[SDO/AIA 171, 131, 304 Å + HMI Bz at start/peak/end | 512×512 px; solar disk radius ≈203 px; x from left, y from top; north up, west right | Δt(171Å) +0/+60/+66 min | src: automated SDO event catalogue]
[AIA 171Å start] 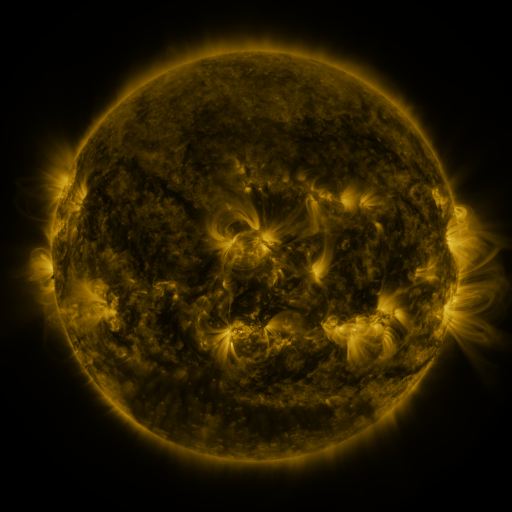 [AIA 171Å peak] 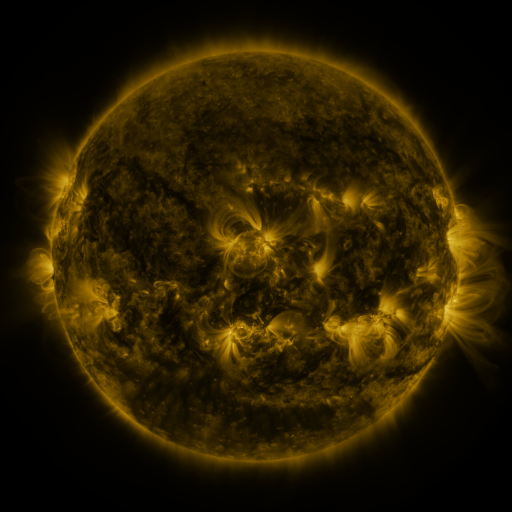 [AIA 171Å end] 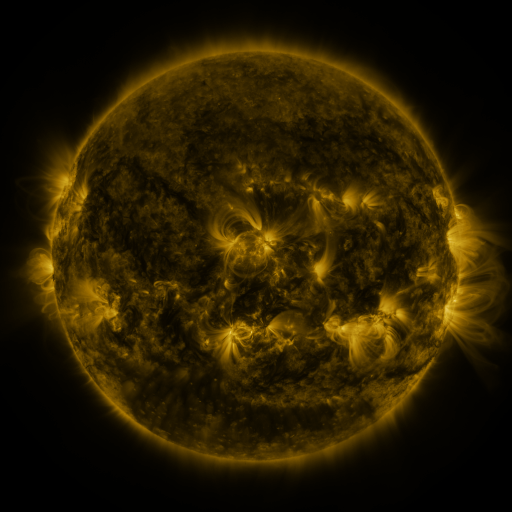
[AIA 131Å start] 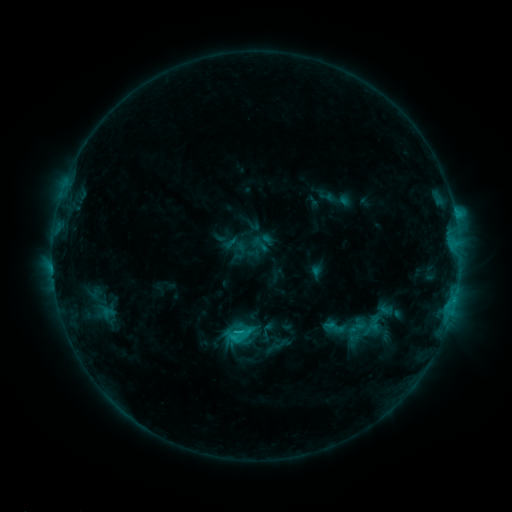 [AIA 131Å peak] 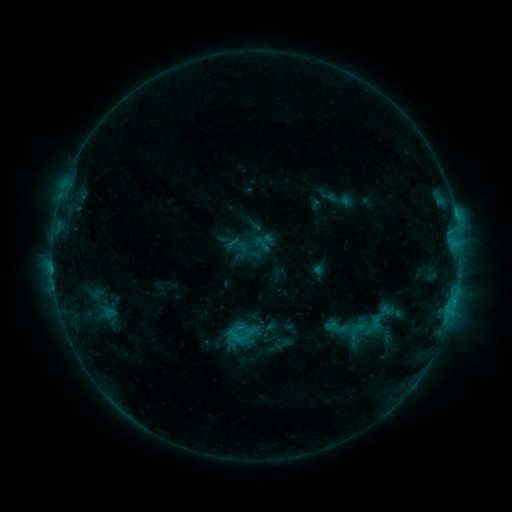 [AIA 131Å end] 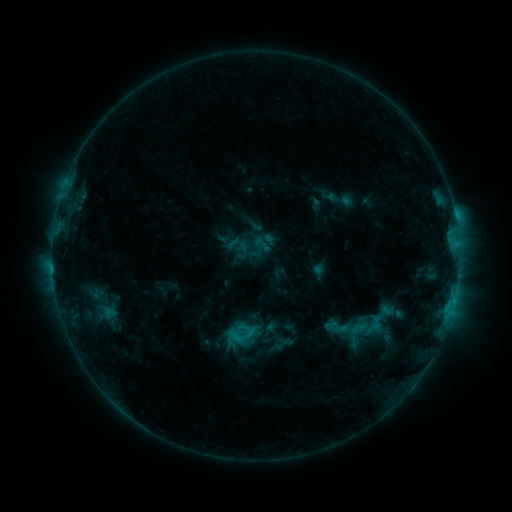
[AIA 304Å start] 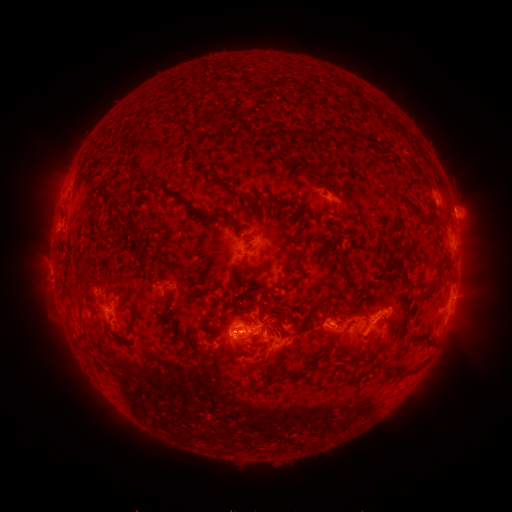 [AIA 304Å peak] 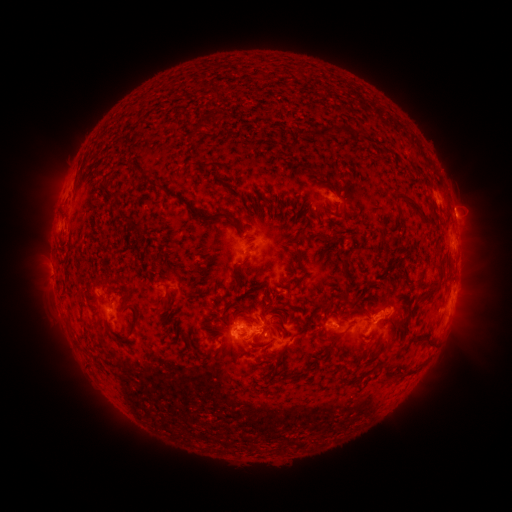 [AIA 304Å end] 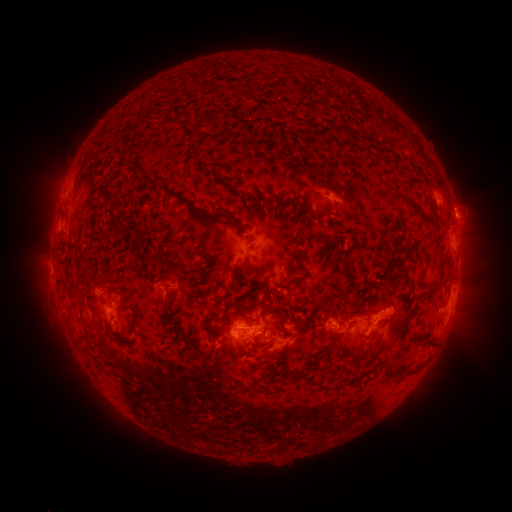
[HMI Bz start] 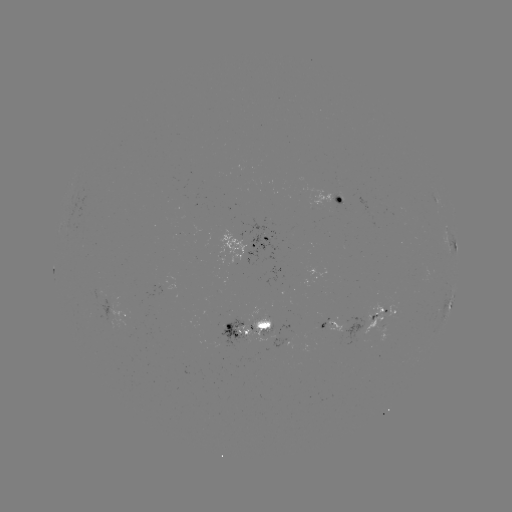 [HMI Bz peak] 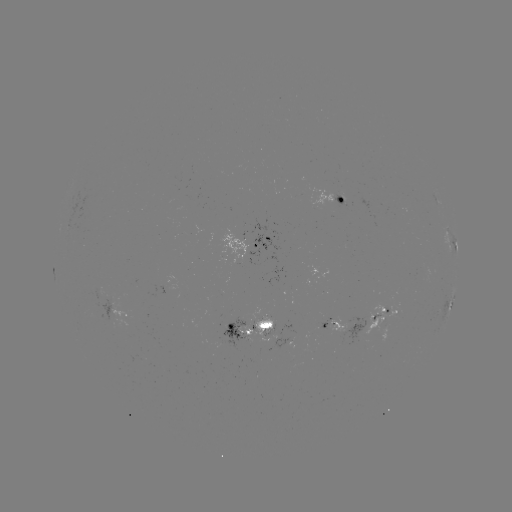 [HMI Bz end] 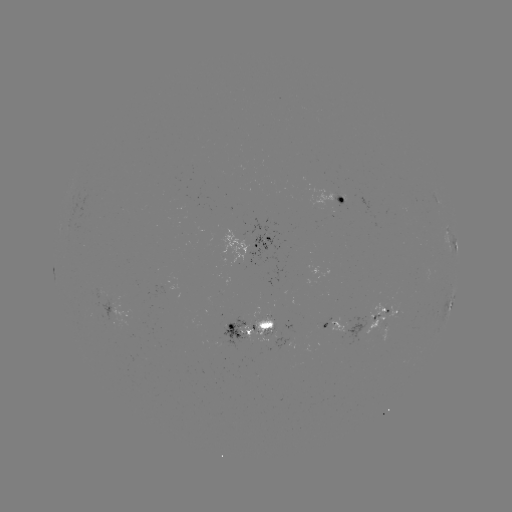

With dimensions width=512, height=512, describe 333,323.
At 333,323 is emerging-flux region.